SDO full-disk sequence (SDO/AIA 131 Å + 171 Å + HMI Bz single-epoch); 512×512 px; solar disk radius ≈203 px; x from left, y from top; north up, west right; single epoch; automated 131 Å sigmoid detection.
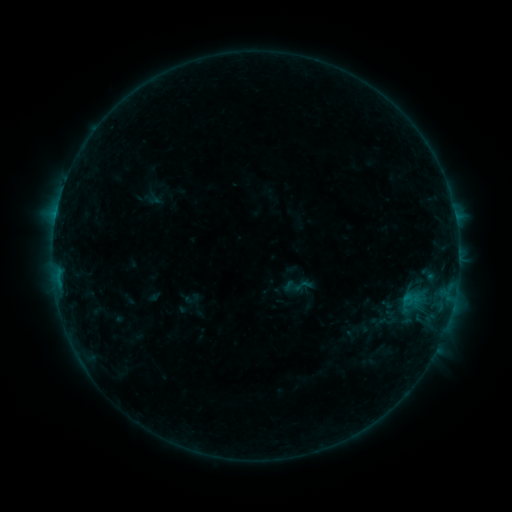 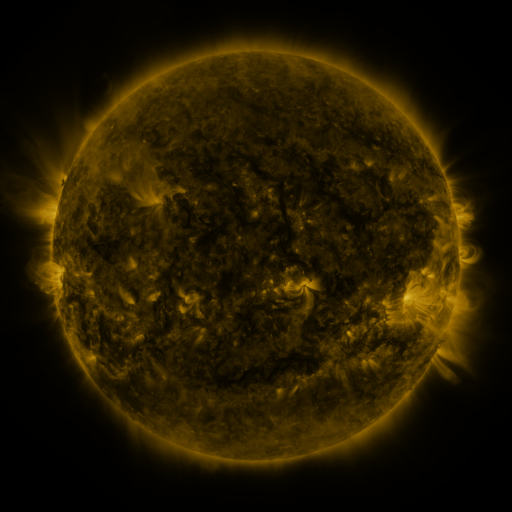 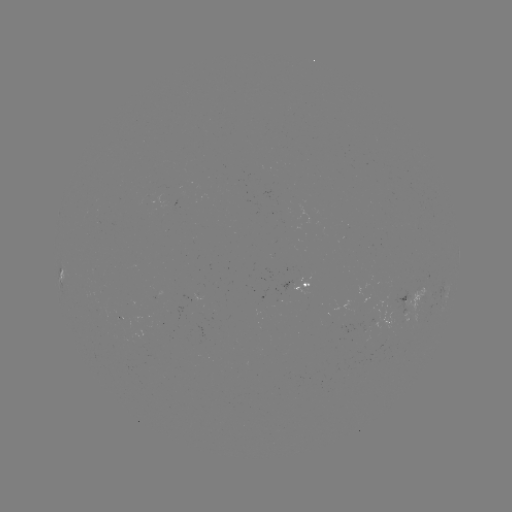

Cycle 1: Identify sigmoid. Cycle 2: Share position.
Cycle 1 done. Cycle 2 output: [303, 286].